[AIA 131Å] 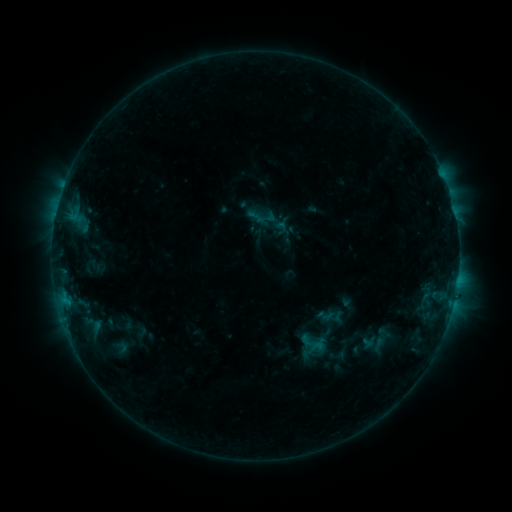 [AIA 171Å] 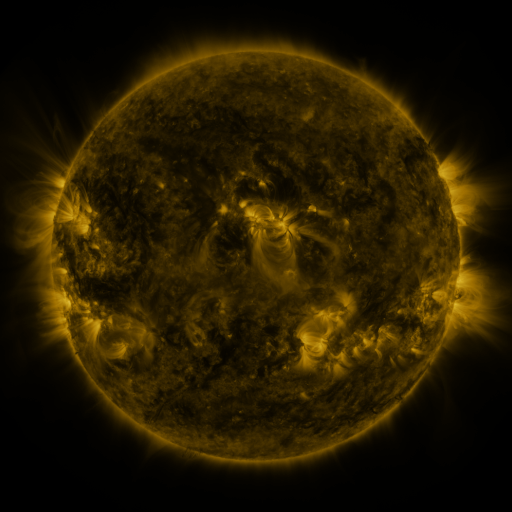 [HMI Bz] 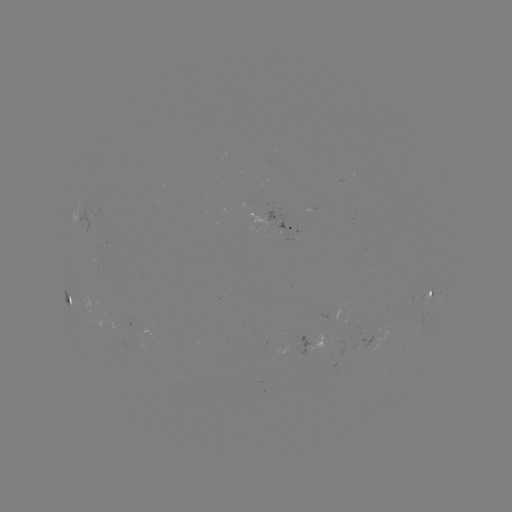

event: sigmoid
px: (325, 315)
